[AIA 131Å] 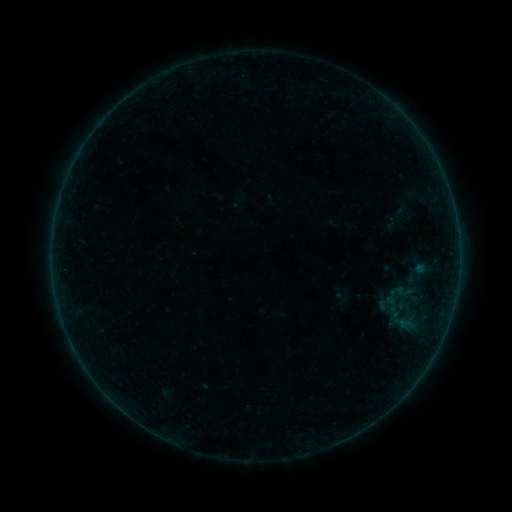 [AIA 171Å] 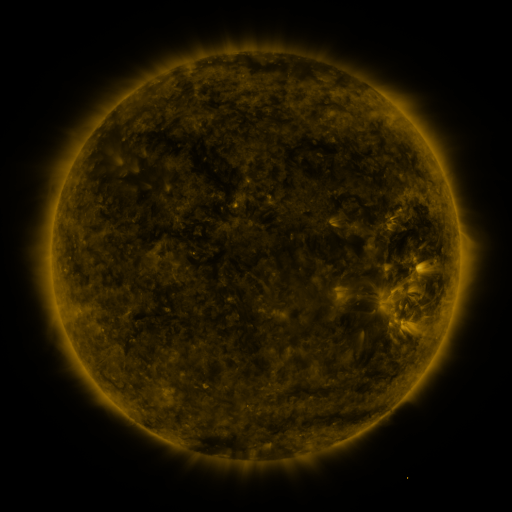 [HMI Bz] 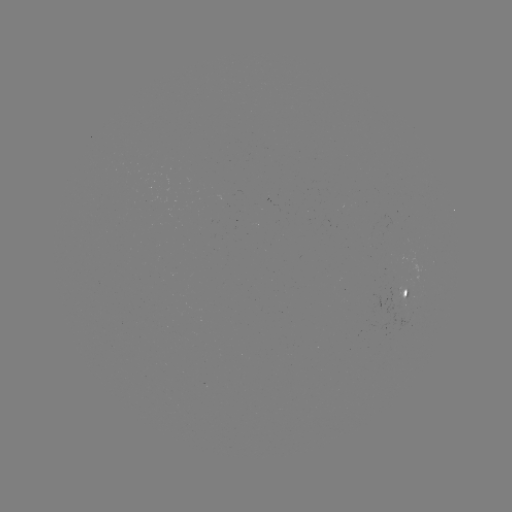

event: sigmoid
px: (398, 214)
